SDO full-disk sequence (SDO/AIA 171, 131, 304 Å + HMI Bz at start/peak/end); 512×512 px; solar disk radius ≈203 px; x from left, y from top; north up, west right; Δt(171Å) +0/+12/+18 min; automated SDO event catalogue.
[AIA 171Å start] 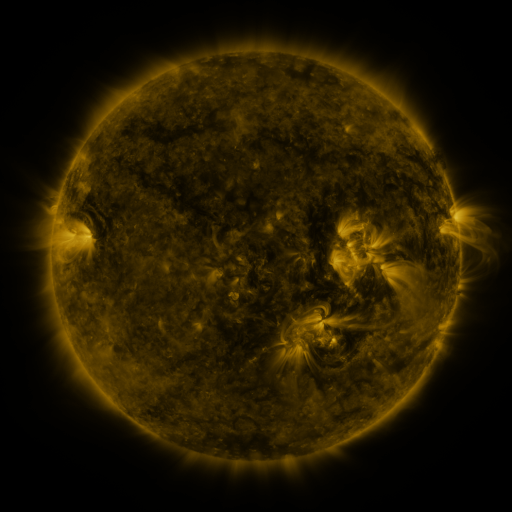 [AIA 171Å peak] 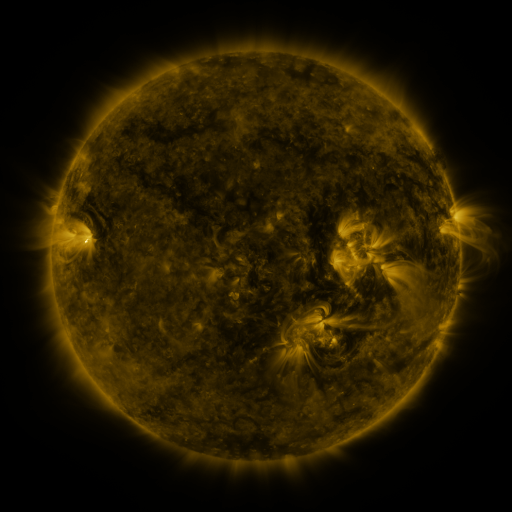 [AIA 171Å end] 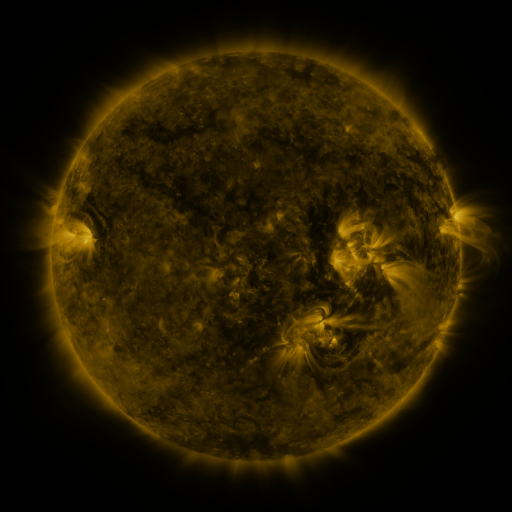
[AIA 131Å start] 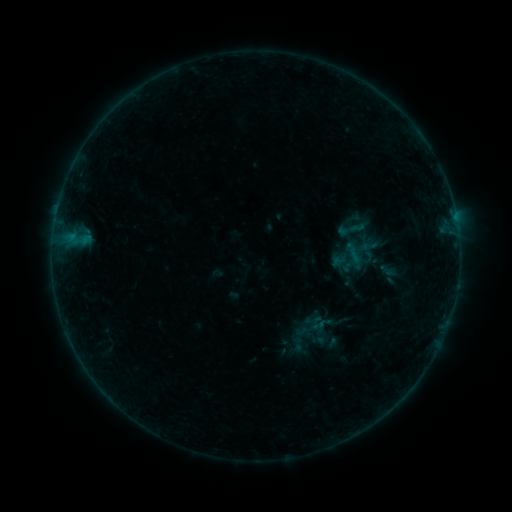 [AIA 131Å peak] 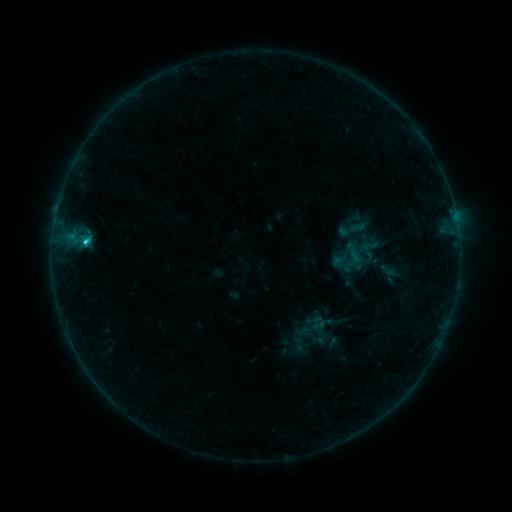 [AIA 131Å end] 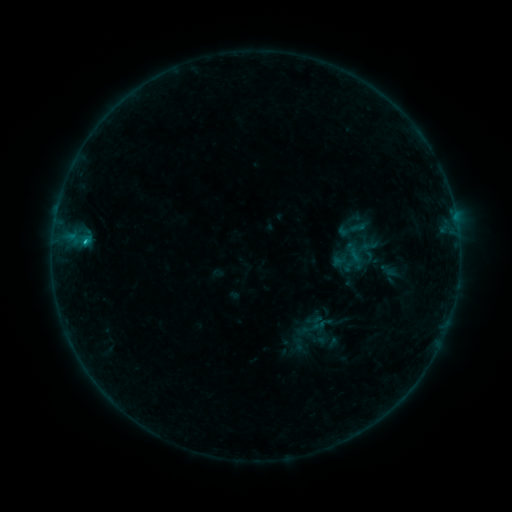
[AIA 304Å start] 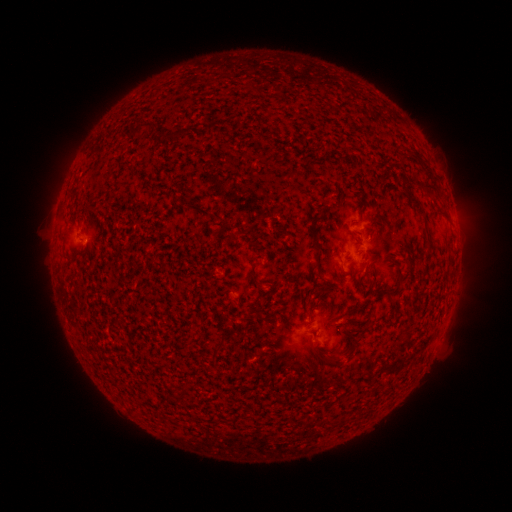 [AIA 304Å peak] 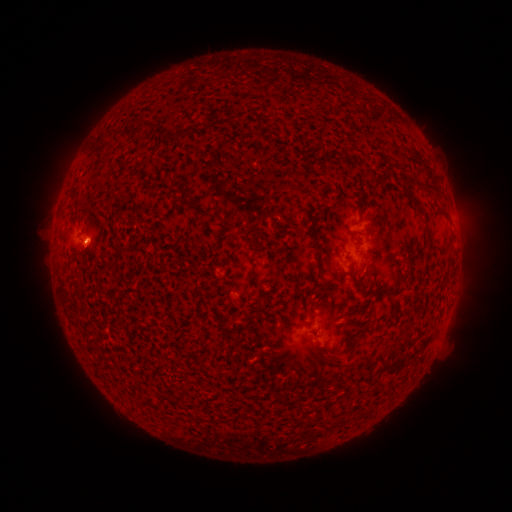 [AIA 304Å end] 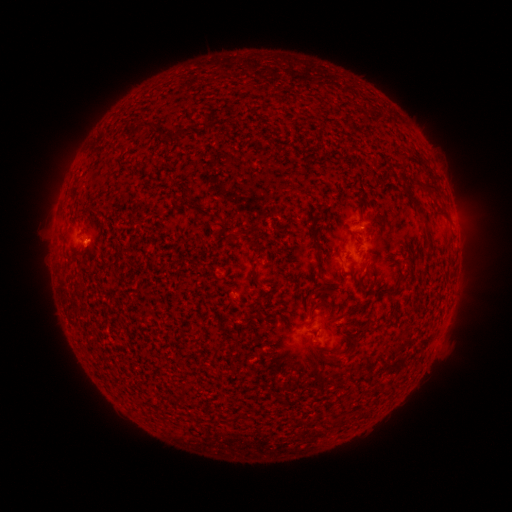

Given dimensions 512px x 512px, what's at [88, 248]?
B8.1 flare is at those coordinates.